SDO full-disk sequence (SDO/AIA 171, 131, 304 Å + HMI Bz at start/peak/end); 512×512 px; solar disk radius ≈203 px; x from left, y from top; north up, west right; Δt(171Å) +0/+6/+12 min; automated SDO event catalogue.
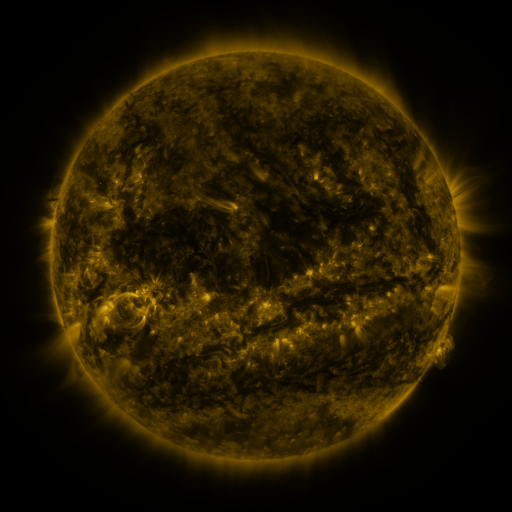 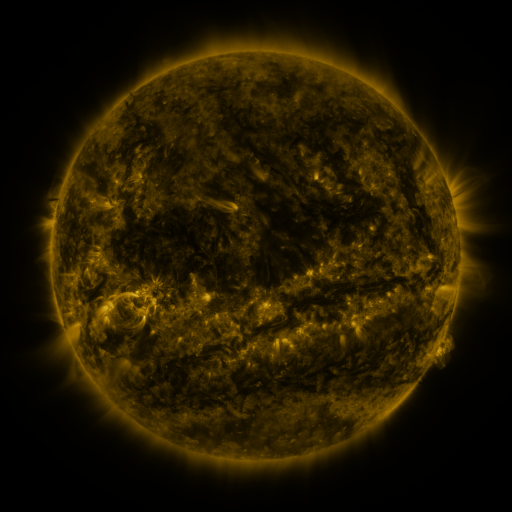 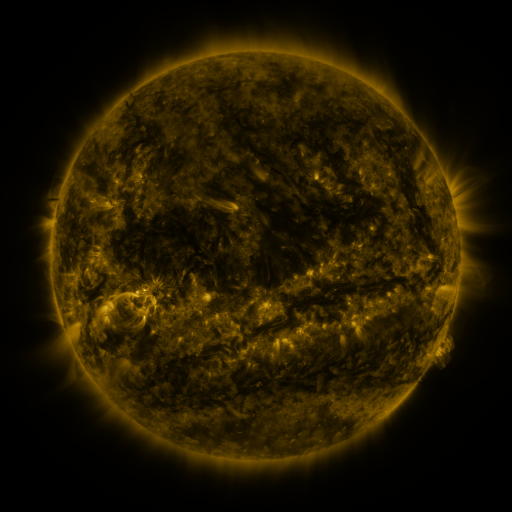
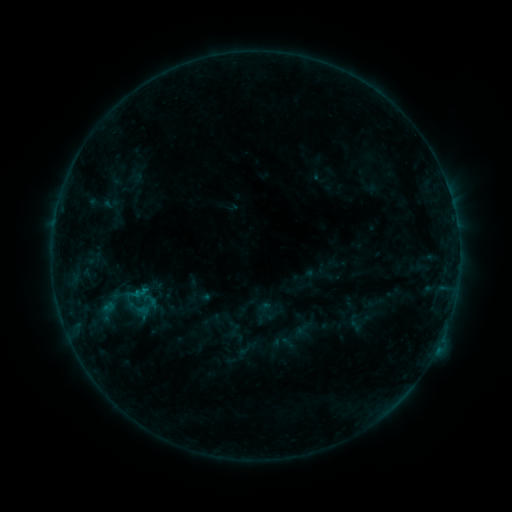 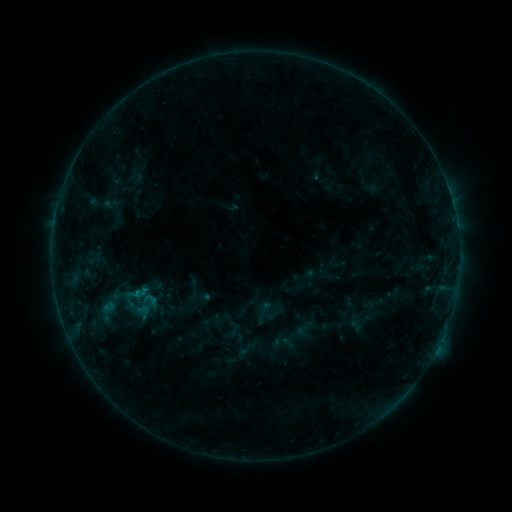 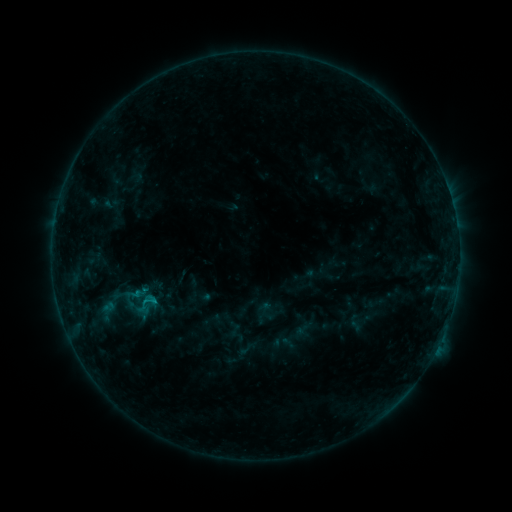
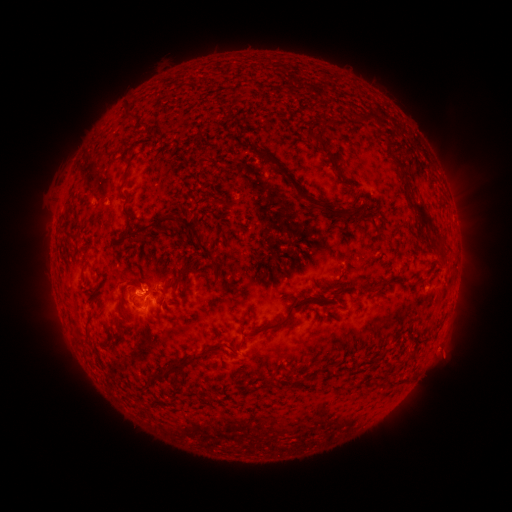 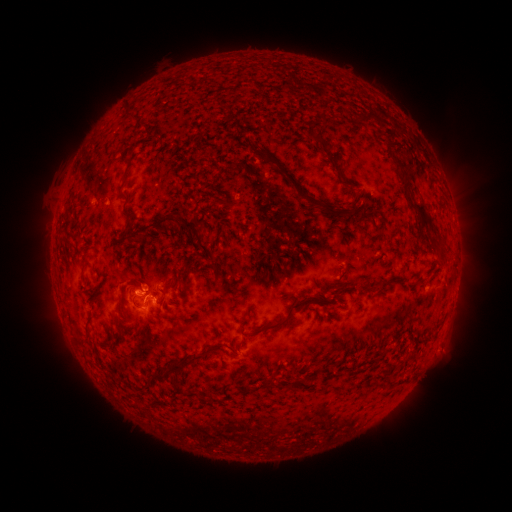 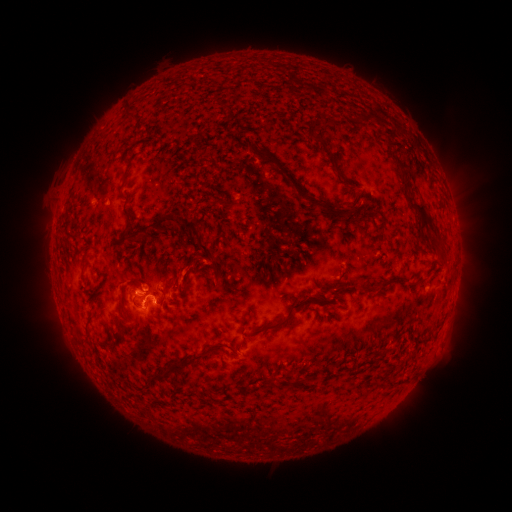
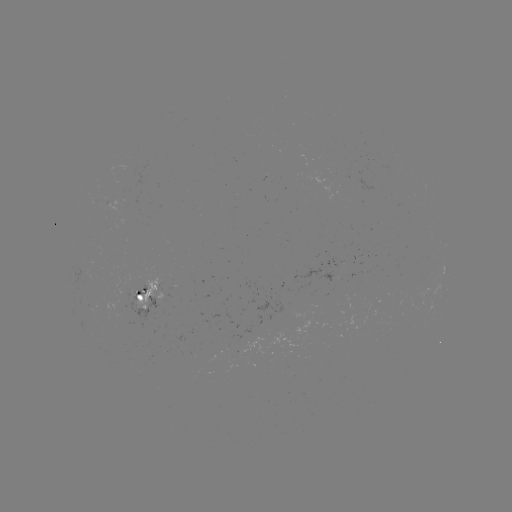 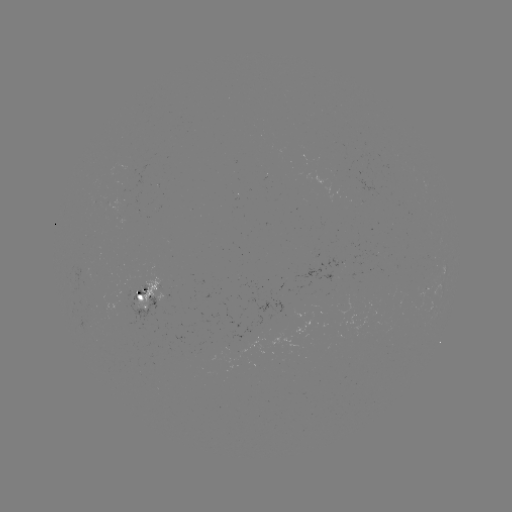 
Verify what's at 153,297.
B7.9 flare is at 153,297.